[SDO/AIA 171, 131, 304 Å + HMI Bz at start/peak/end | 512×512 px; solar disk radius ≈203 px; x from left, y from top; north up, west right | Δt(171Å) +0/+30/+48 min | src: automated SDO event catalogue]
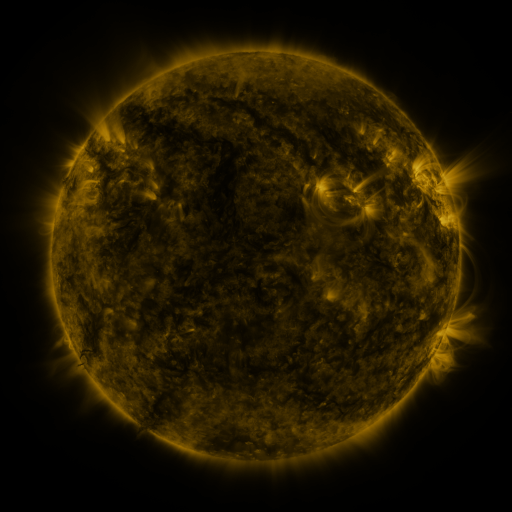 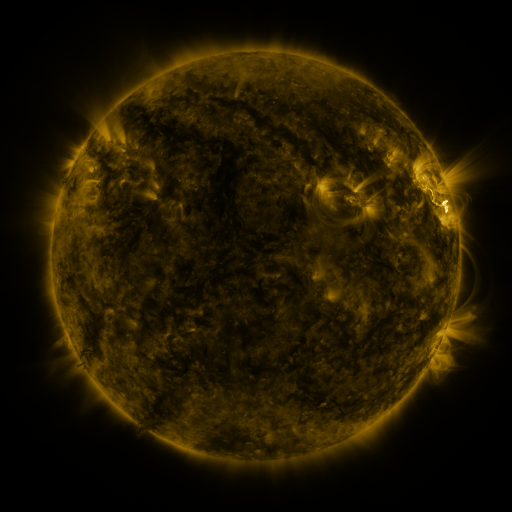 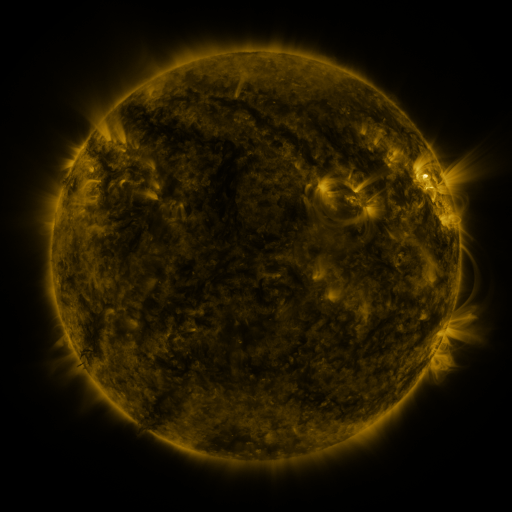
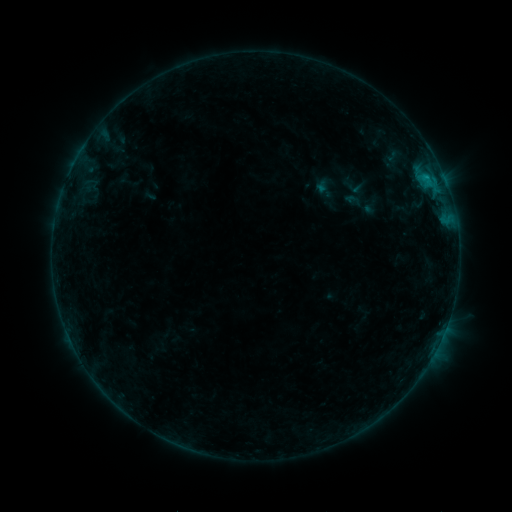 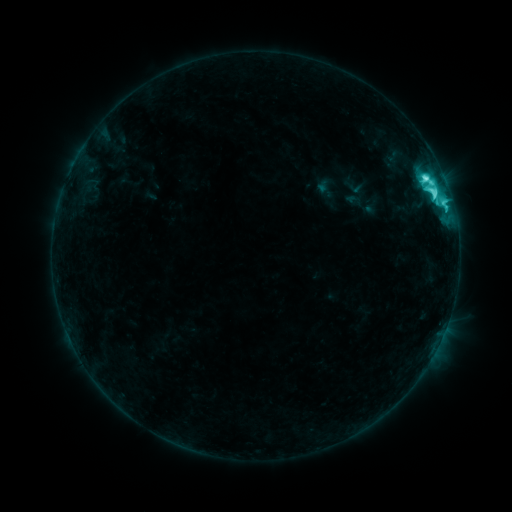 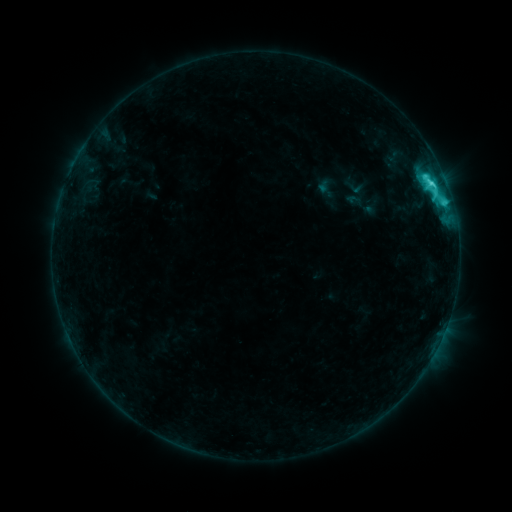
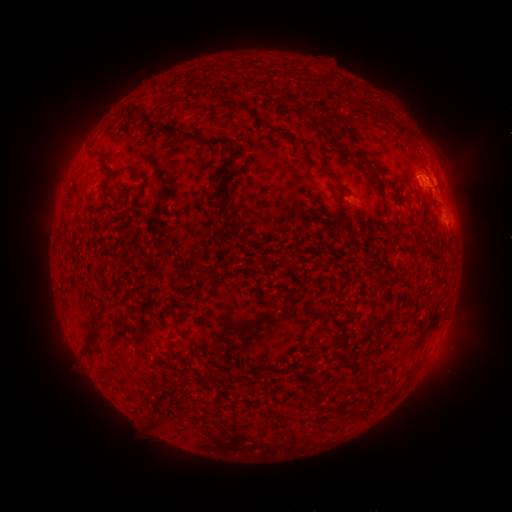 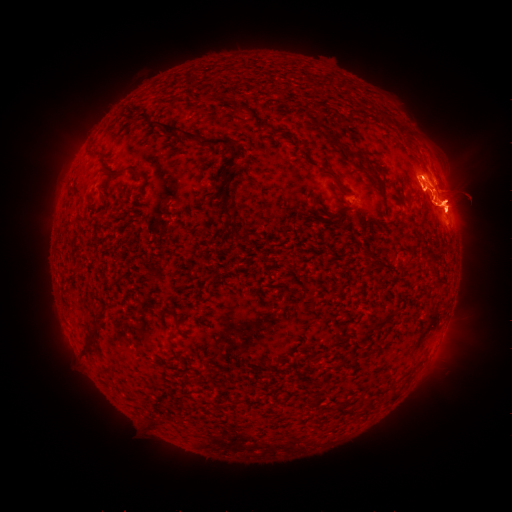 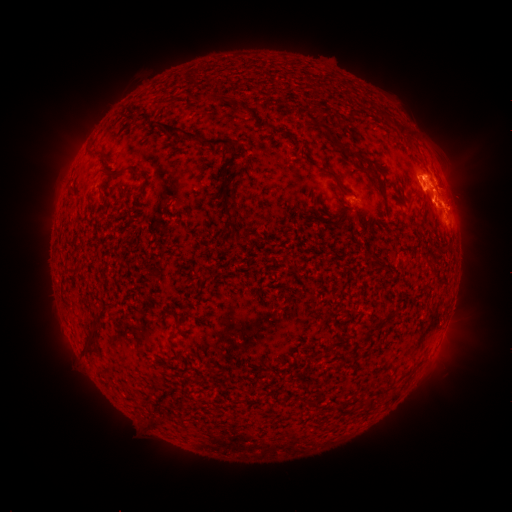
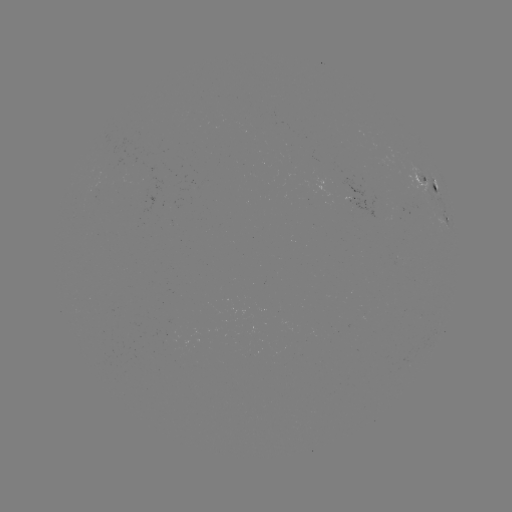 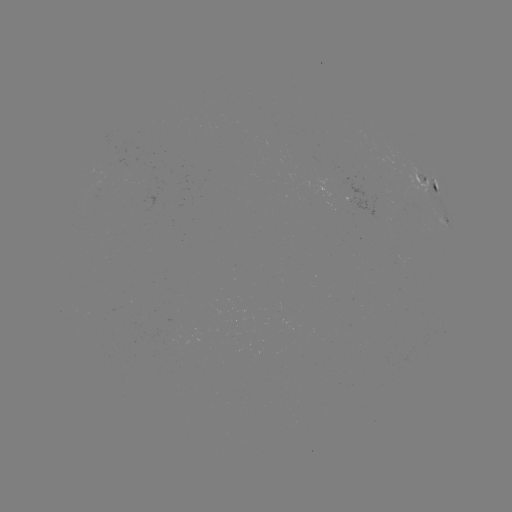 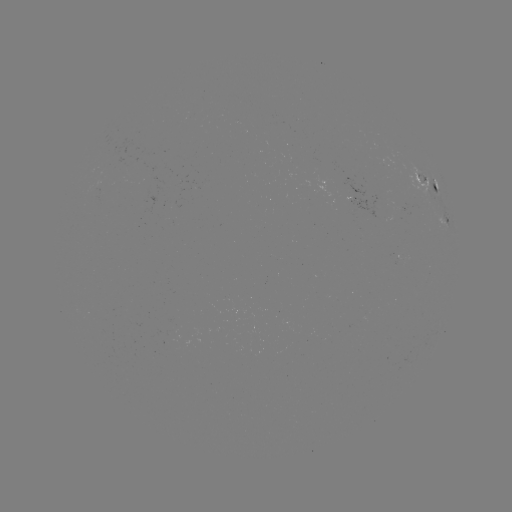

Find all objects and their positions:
M1.0 flare: (425, 180)
